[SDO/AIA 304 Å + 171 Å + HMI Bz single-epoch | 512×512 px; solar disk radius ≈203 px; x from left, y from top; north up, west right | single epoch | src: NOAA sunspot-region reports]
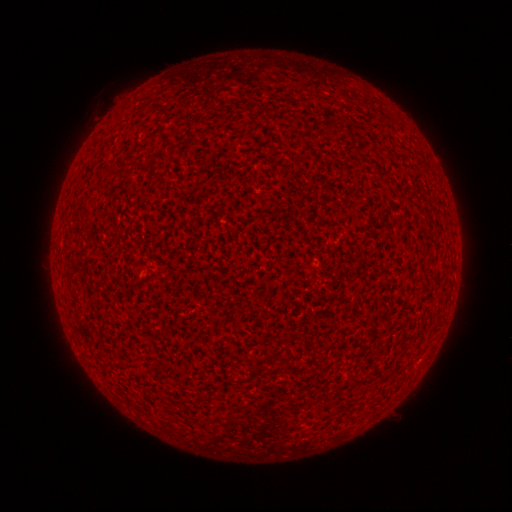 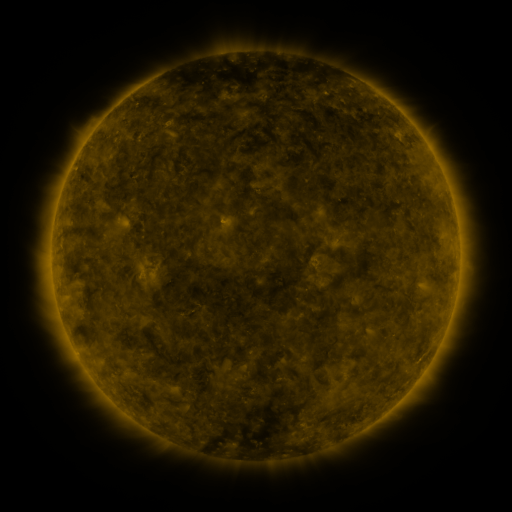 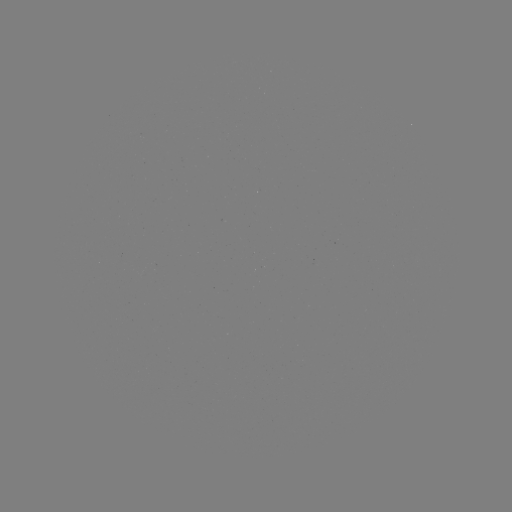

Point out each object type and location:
(none)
